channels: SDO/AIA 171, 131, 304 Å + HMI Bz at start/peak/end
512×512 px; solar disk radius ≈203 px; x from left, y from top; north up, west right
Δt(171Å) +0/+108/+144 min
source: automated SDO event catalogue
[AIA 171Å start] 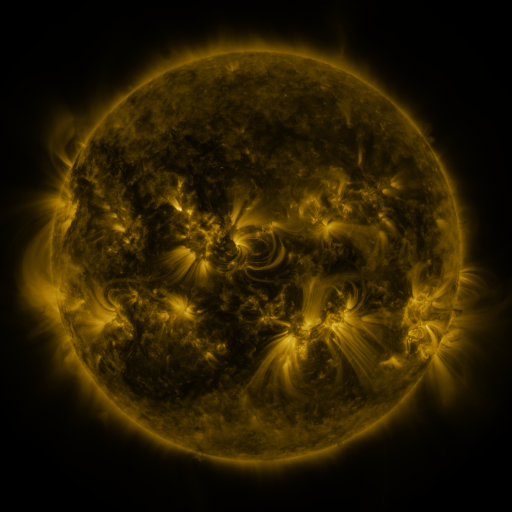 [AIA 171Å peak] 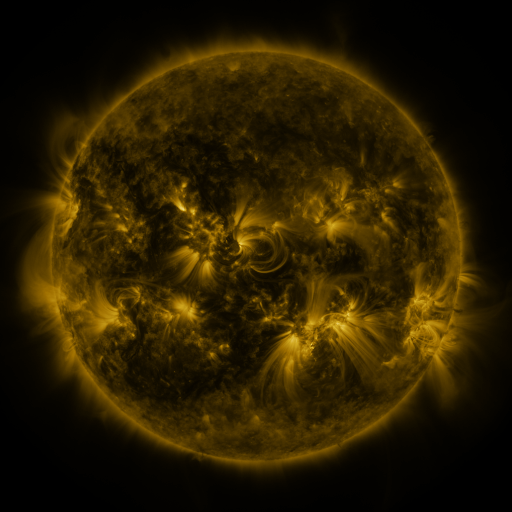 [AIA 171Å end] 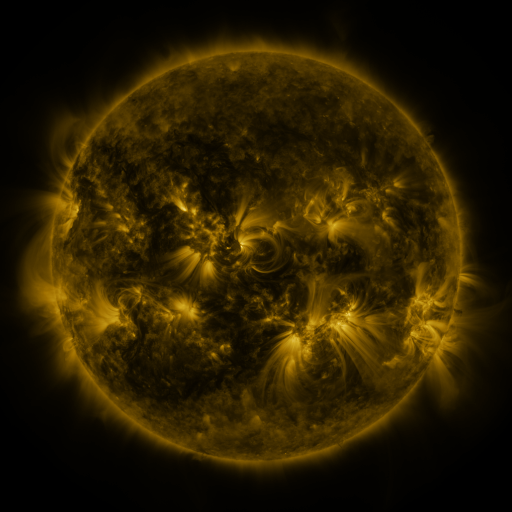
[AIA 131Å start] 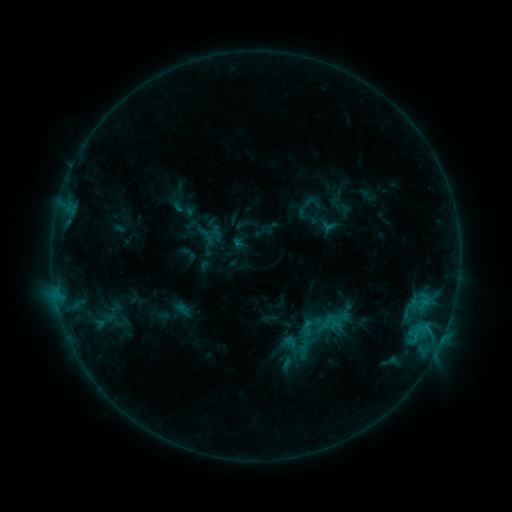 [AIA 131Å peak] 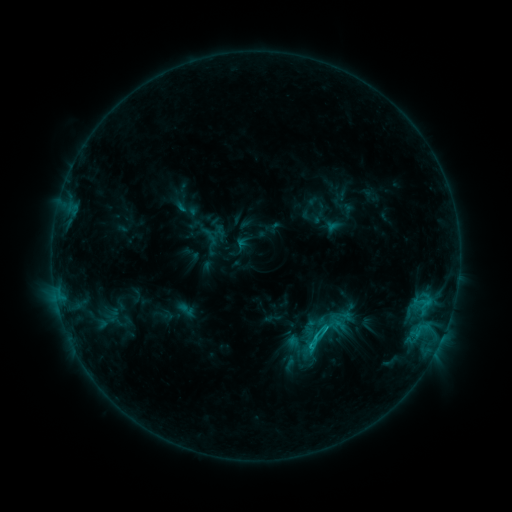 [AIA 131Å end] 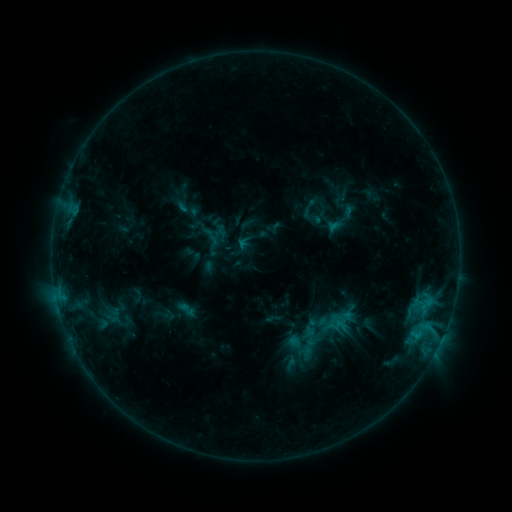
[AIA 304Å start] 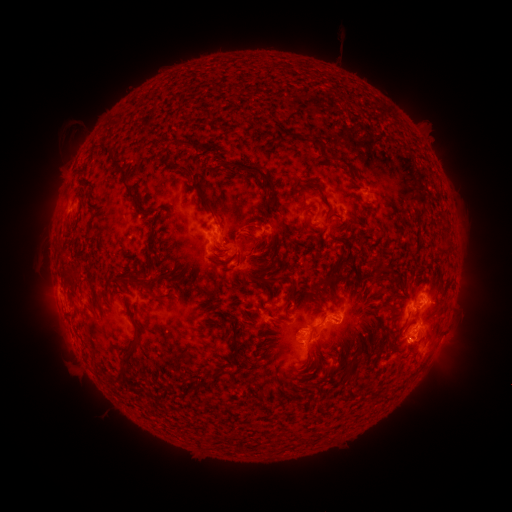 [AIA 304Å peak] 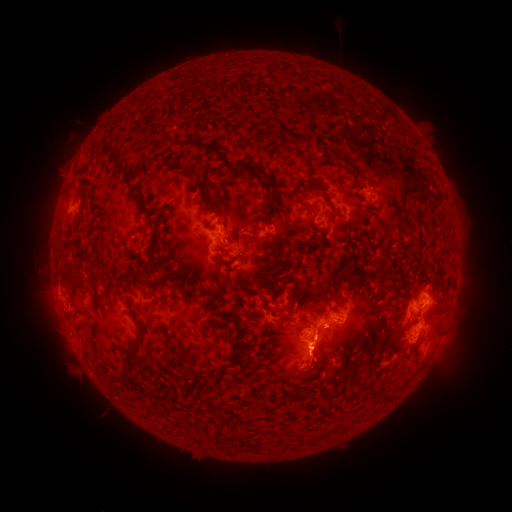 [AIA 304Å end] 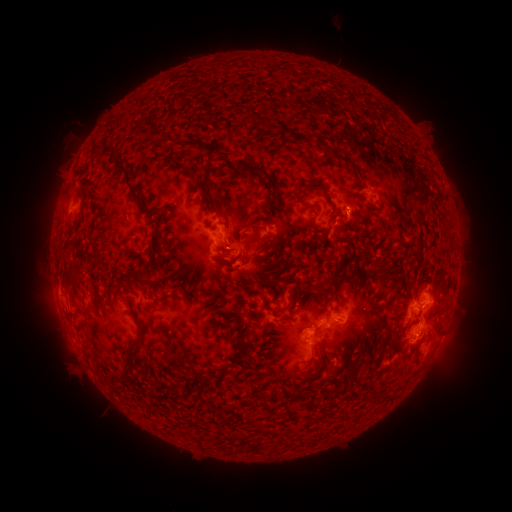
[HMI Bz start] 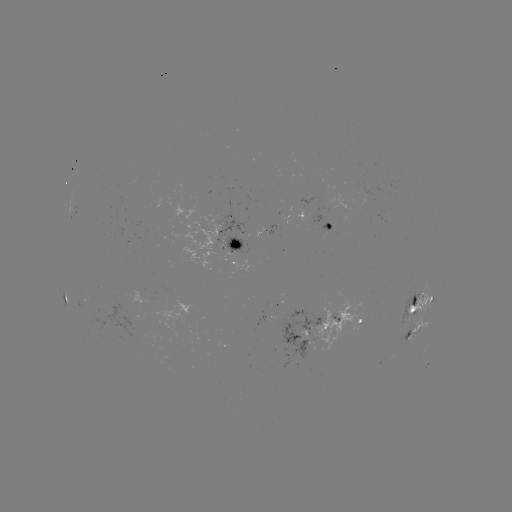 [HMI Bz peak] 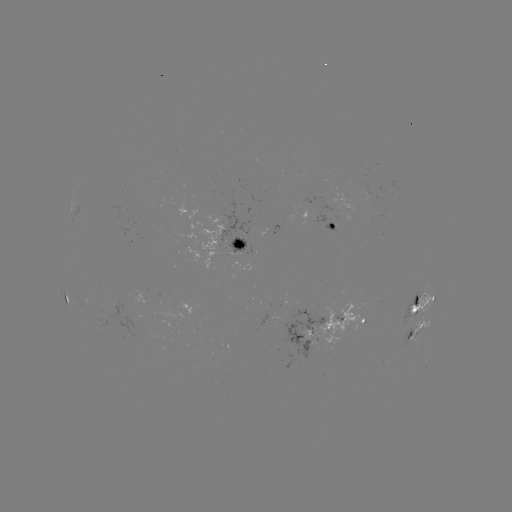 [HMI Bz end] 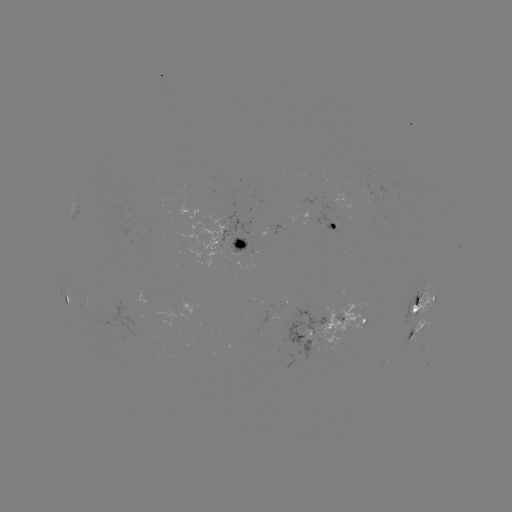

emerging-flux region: (322, 222, 336, 238)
